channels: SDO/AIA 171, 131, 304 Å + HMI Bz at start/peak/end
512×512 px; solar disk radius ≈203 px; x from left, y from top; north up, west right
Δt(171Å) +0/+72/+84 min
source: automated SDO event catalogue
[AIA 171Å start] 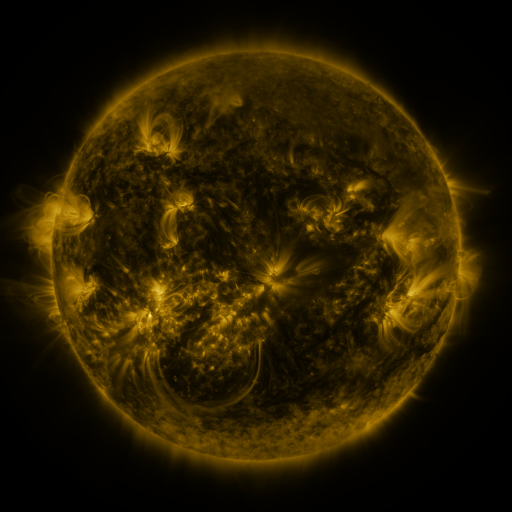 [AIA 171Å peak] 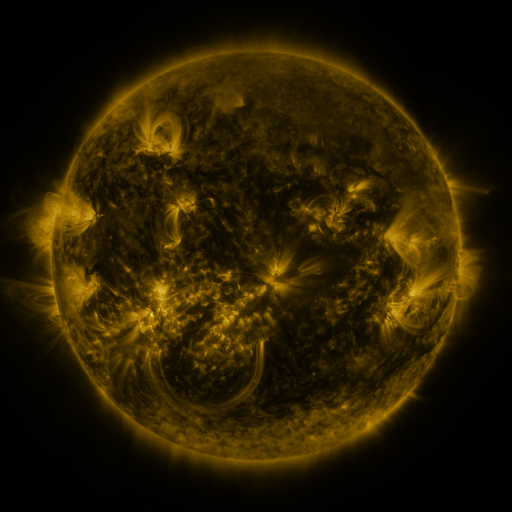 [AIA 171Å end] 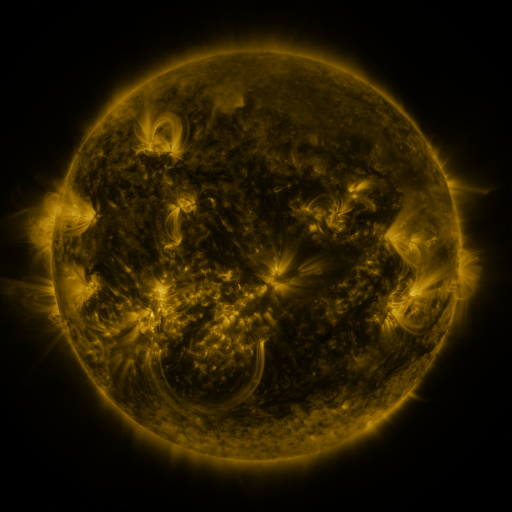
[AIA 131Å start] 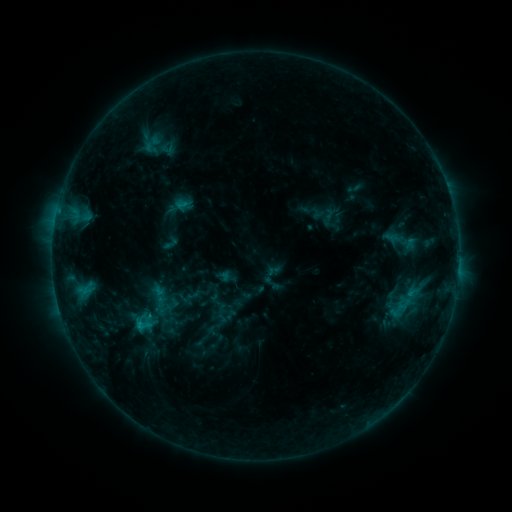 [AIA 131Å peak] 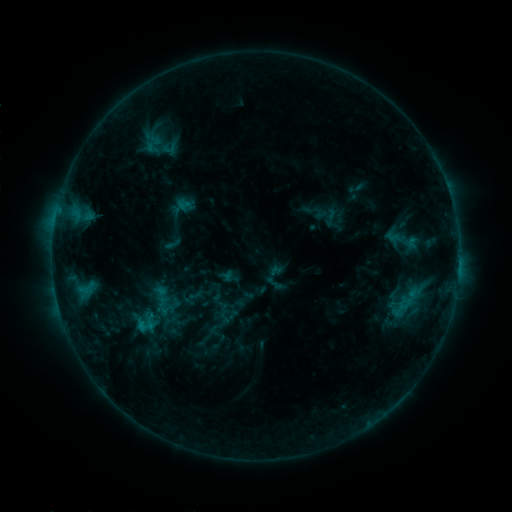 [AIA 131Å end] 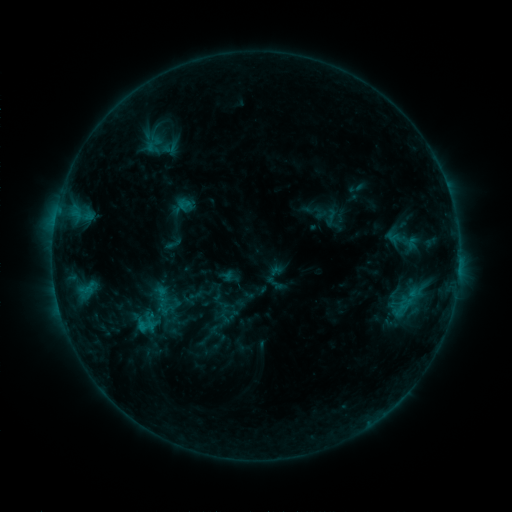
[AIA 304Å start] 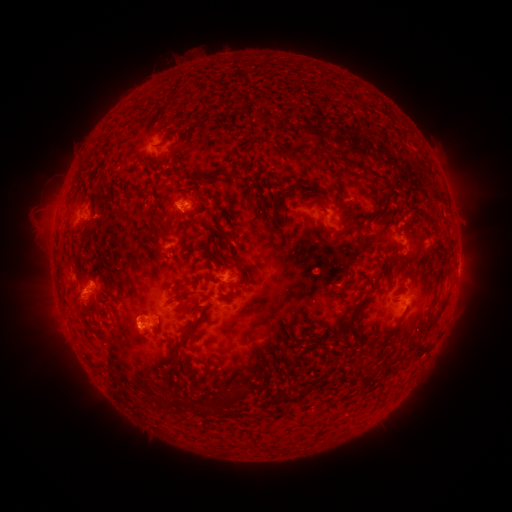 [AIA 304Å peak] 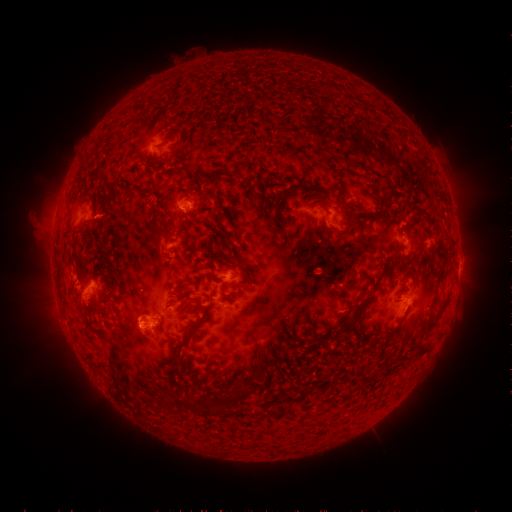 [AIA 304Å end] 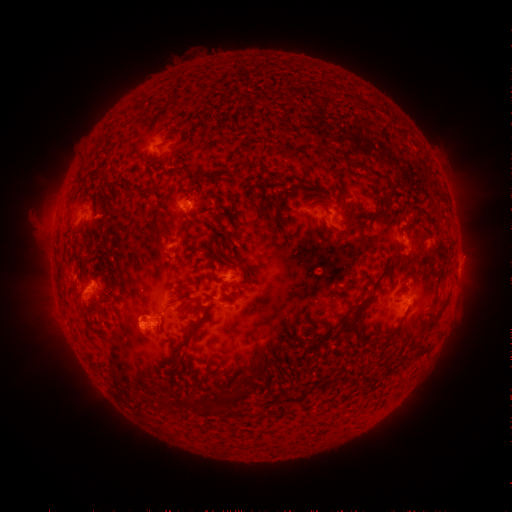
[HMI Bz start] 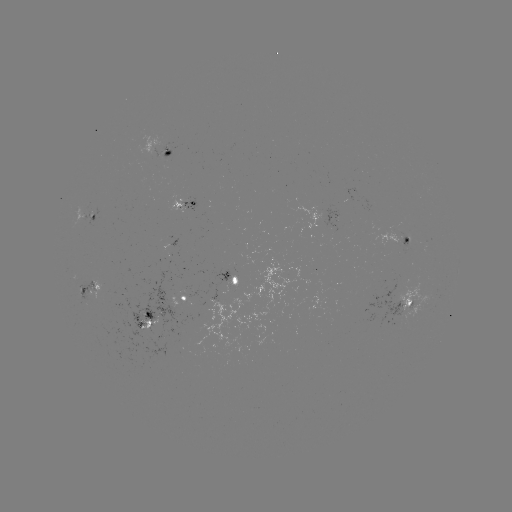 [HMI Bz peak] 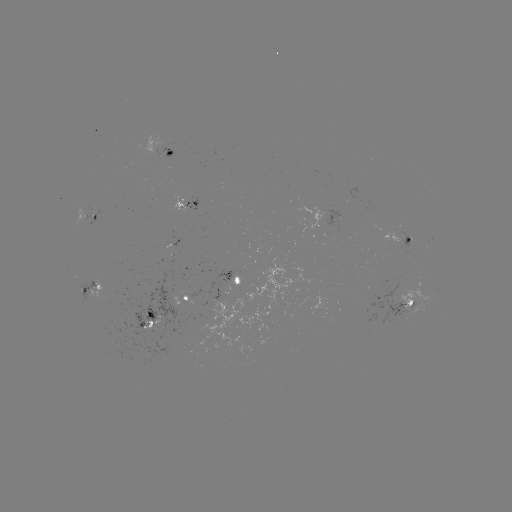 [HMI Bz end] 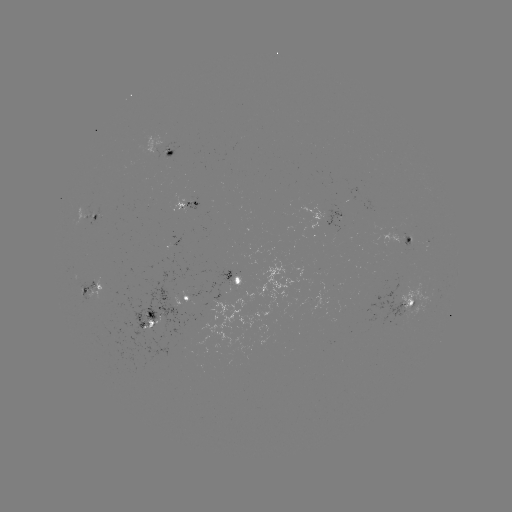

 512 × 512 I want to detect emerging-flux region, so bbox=[185, 199, 199, 211].